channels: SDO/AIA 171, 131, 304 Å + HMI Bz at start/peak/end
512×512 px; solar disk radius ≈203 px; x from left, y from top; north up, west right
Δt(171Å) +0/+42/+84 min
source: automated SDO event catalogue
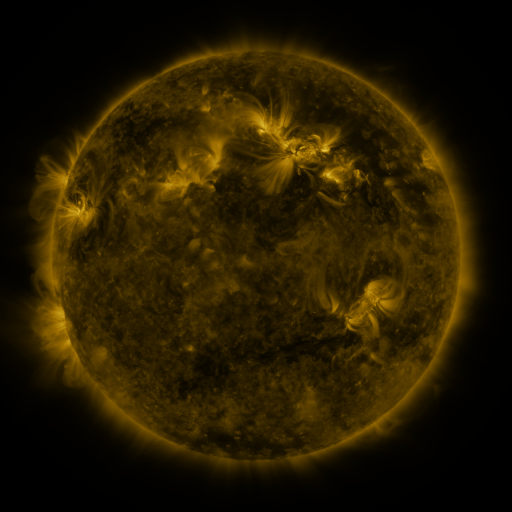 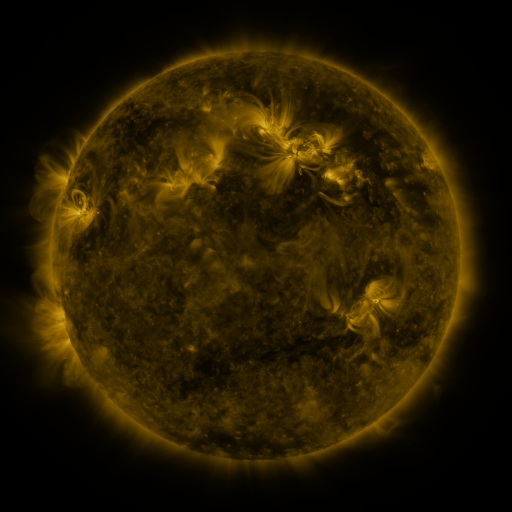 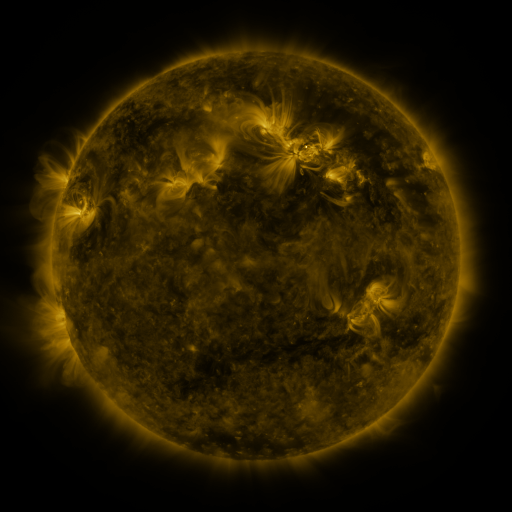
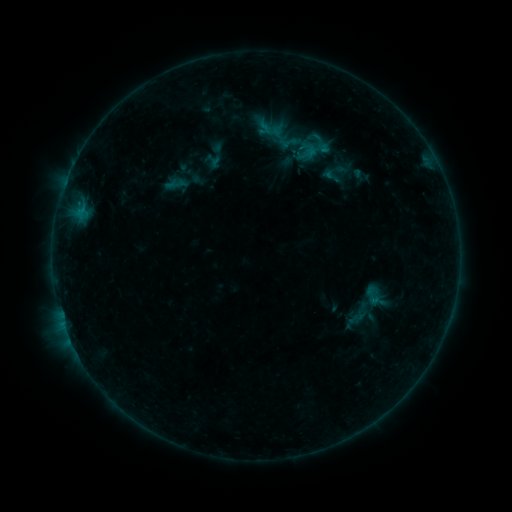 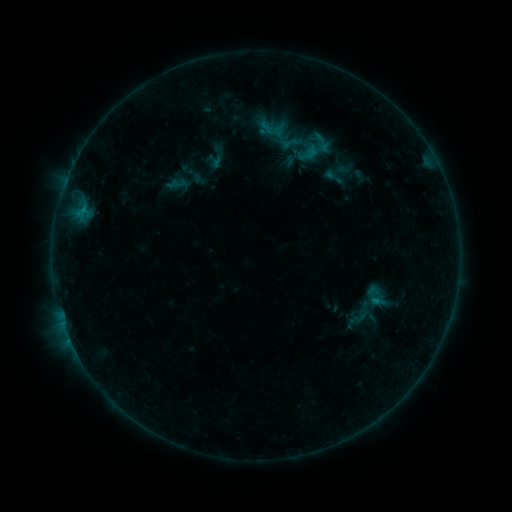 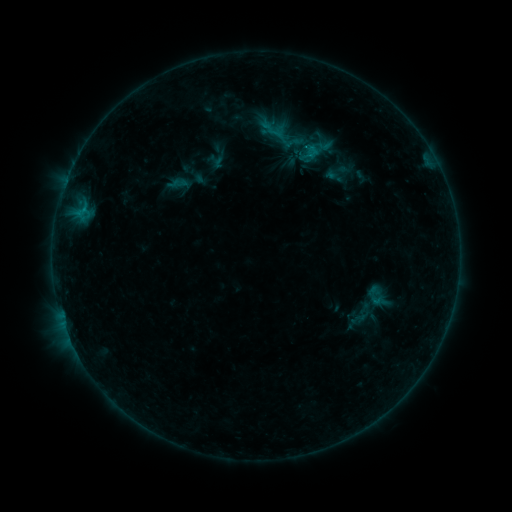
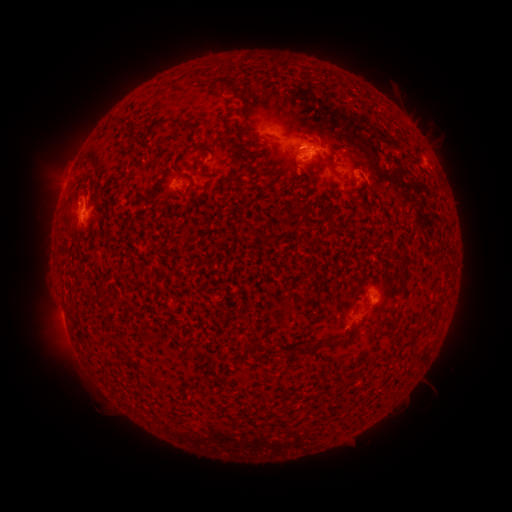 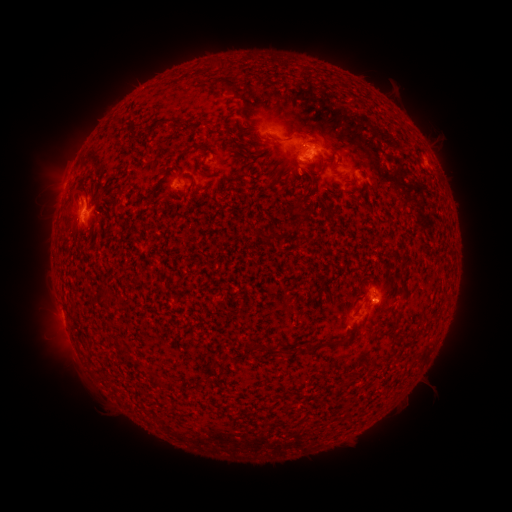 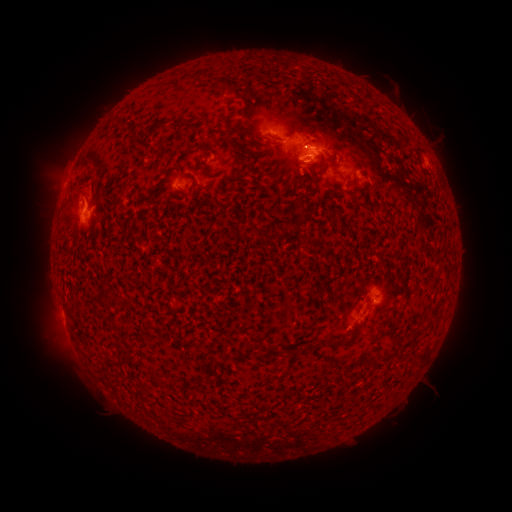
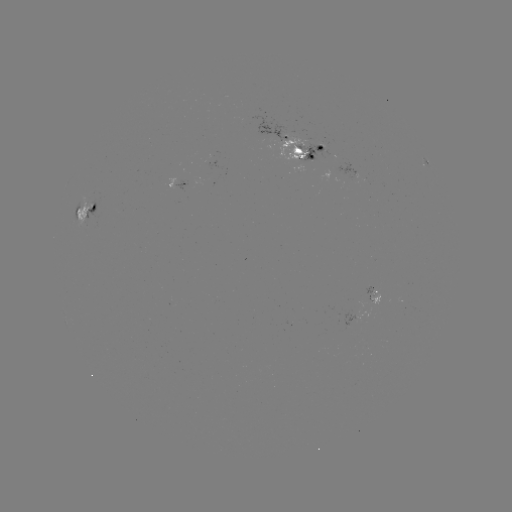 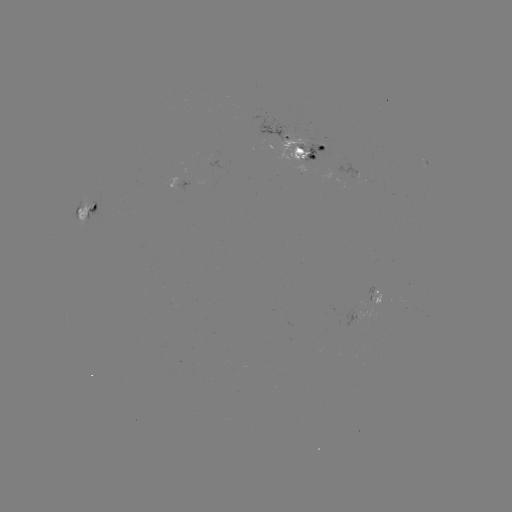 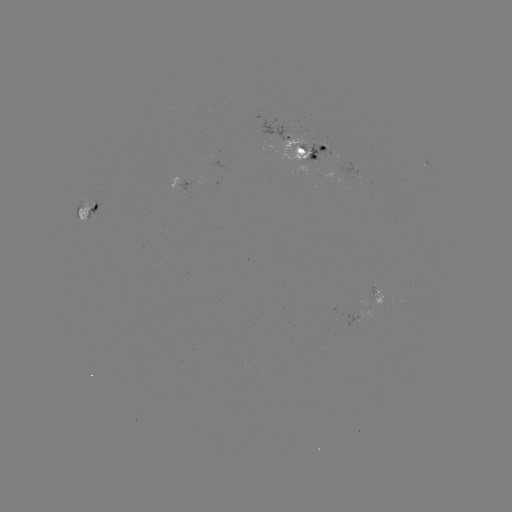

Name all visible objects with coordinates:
emerging-flux region: (352, 318)
